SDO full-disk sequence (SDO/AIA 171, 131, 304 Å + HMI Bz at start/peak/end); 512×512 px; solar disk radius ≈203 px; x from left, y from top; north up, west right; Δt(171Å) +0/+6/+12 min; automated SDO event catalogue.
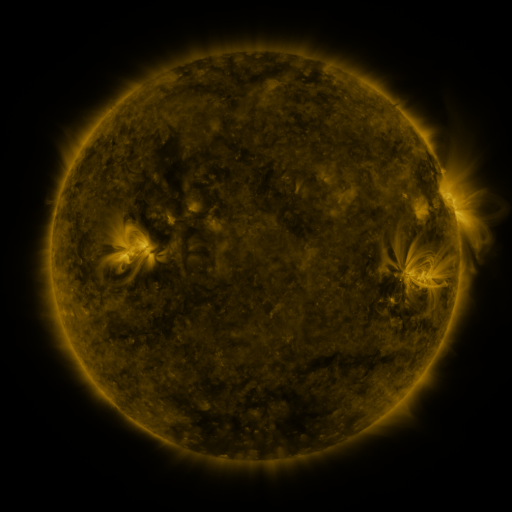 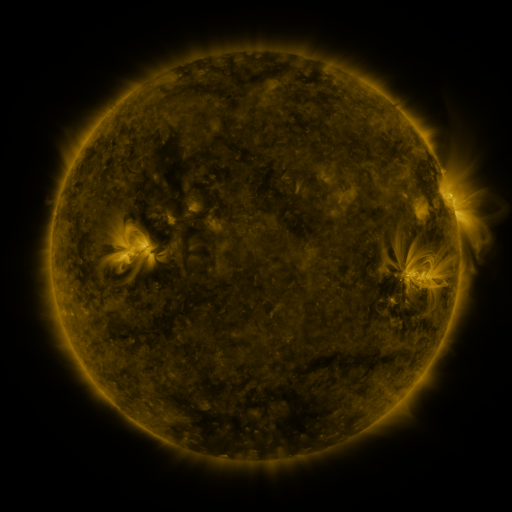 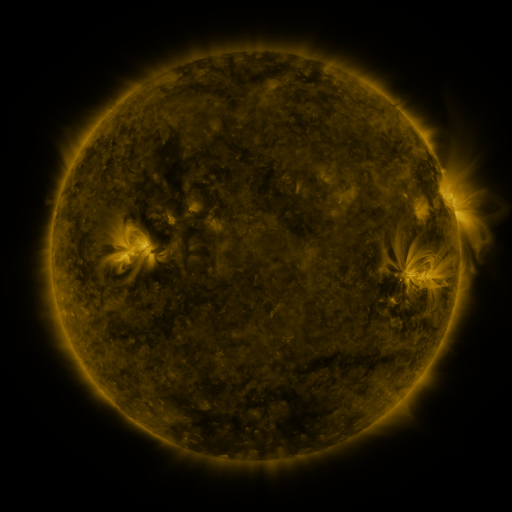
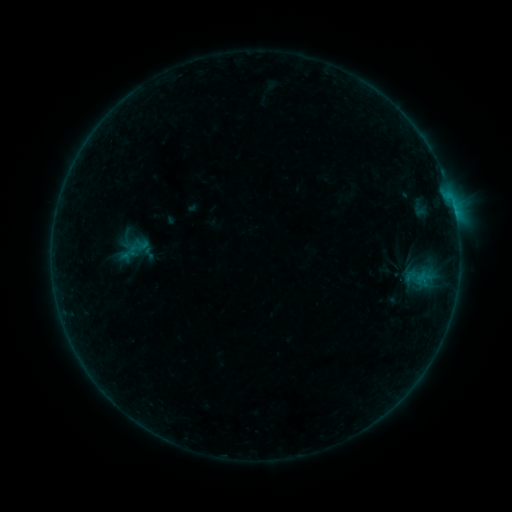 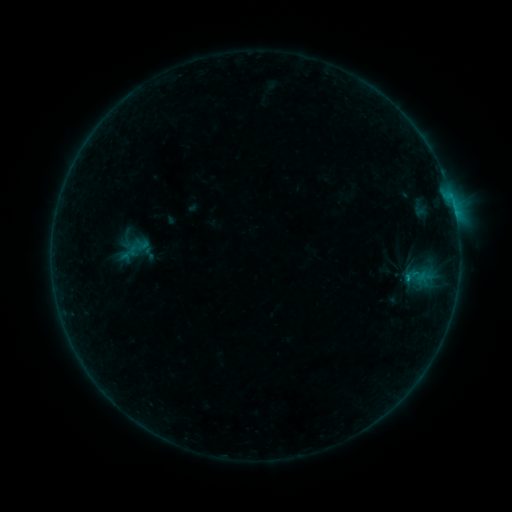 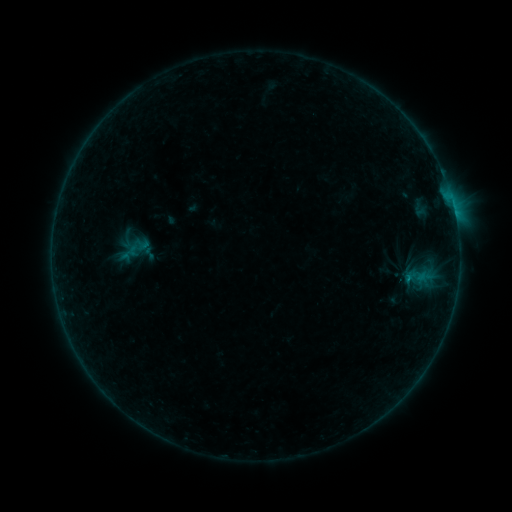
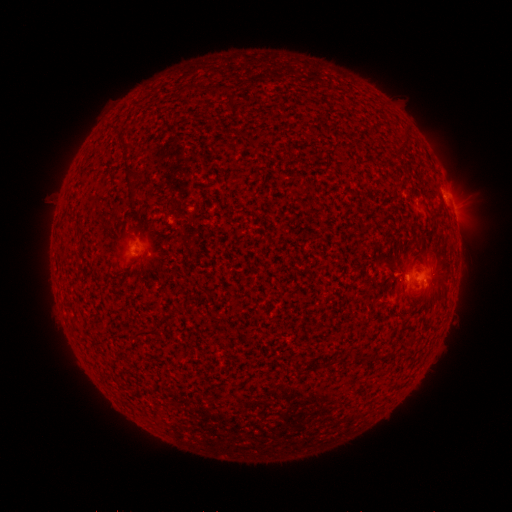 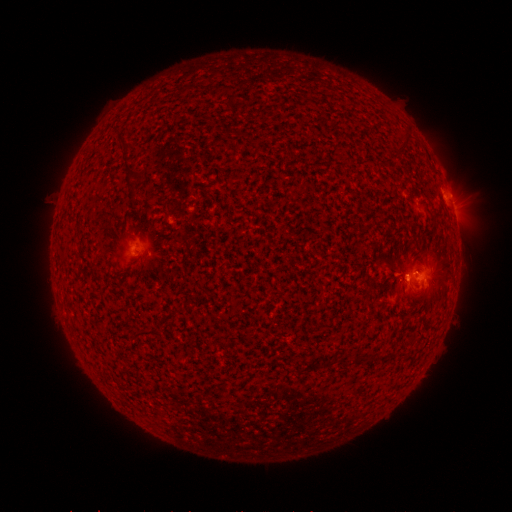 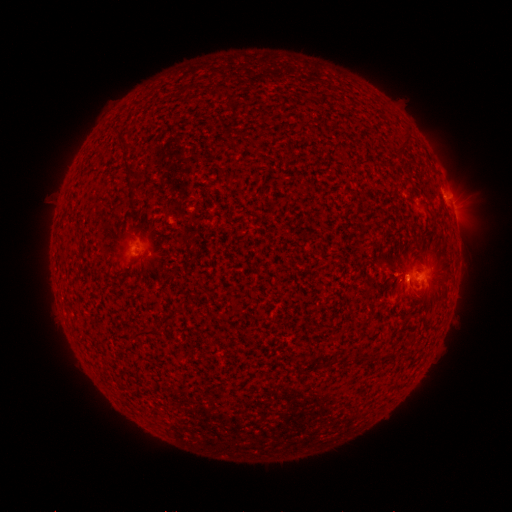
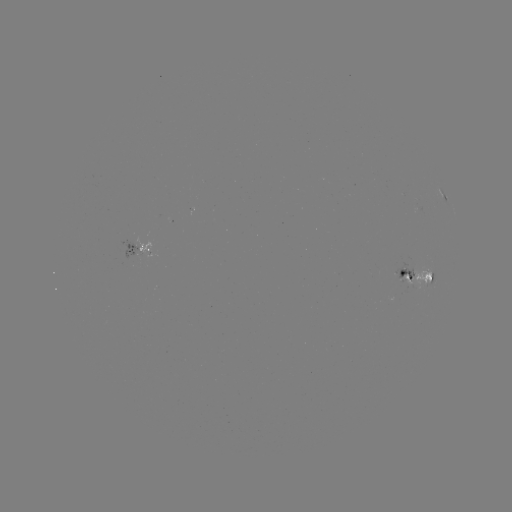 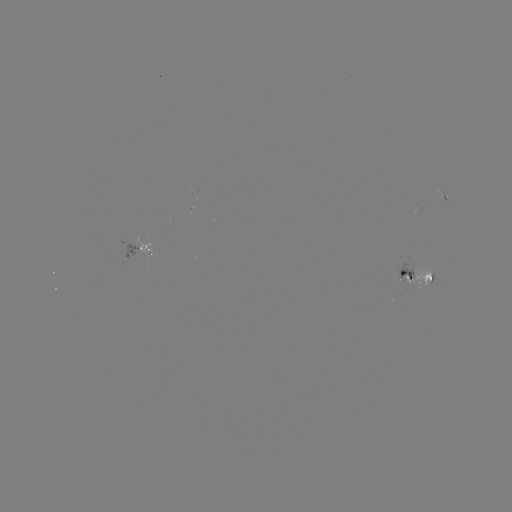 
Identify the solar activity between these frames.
B5.0 flare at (407, 276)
